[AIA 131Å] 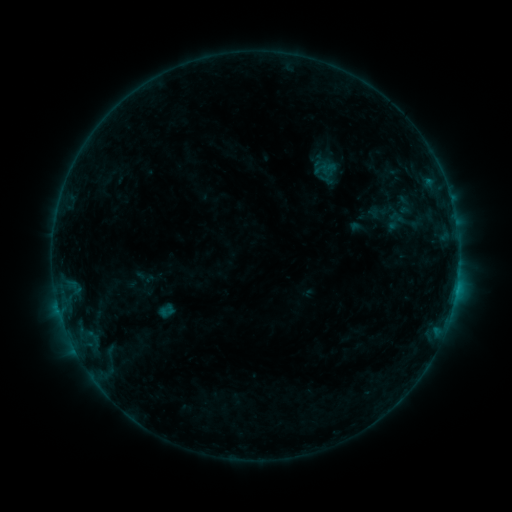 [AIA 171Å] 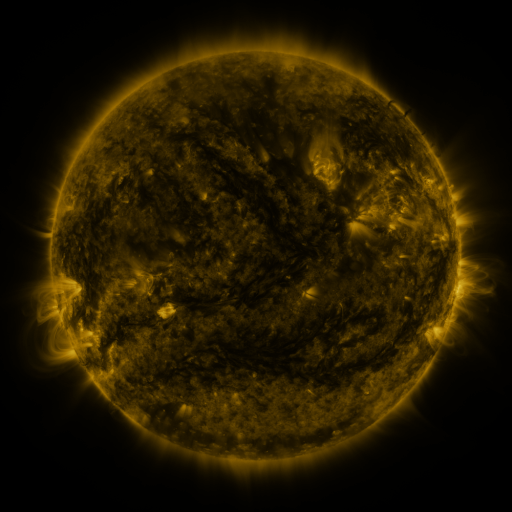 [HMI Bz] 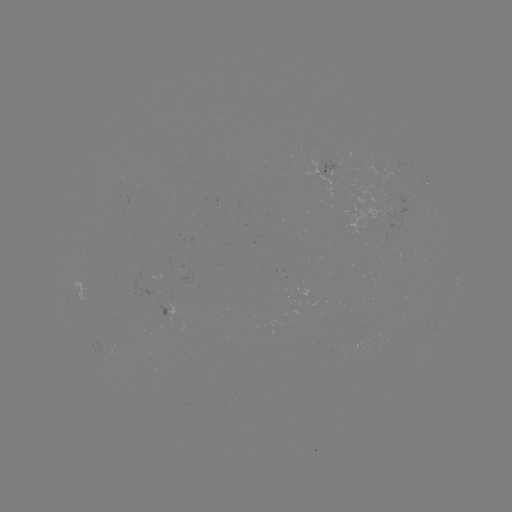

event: sigmoid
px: (396, 221)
